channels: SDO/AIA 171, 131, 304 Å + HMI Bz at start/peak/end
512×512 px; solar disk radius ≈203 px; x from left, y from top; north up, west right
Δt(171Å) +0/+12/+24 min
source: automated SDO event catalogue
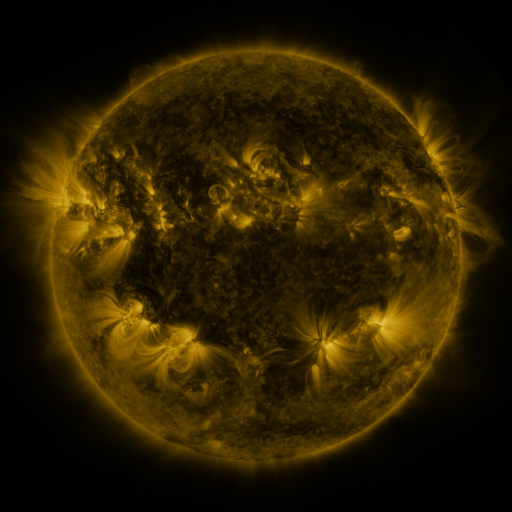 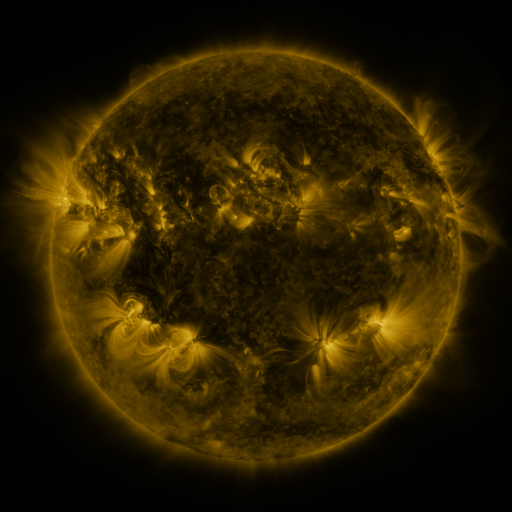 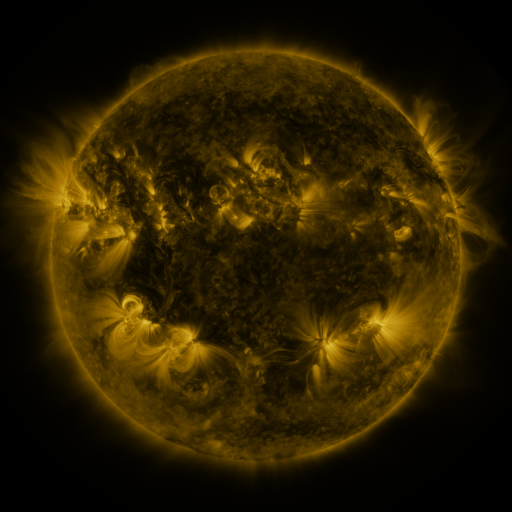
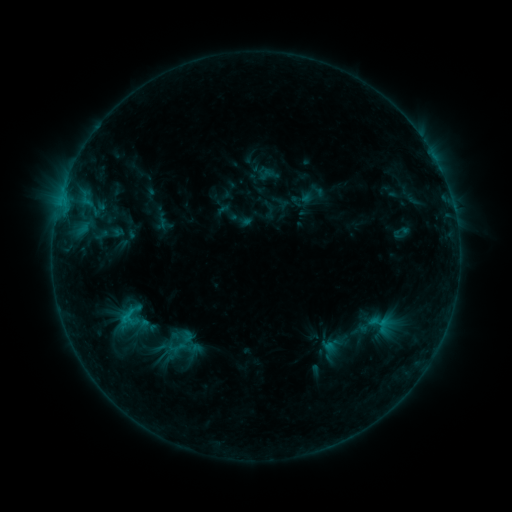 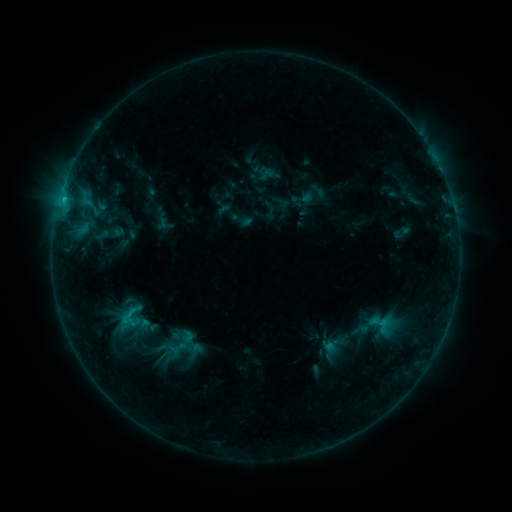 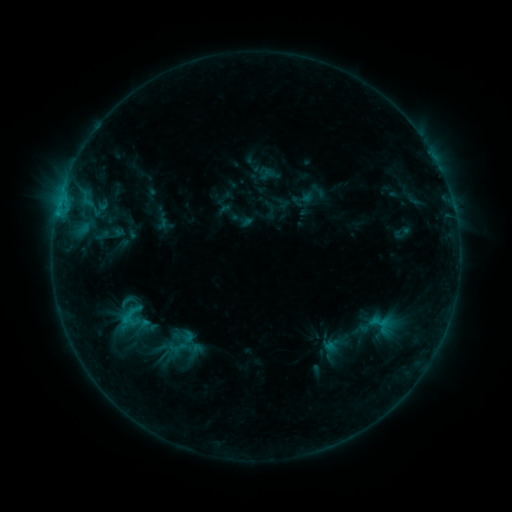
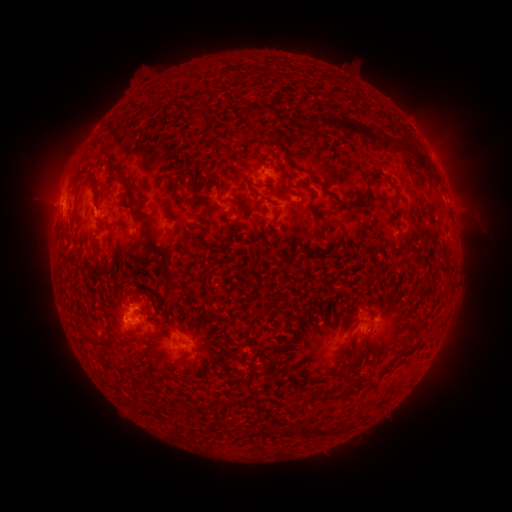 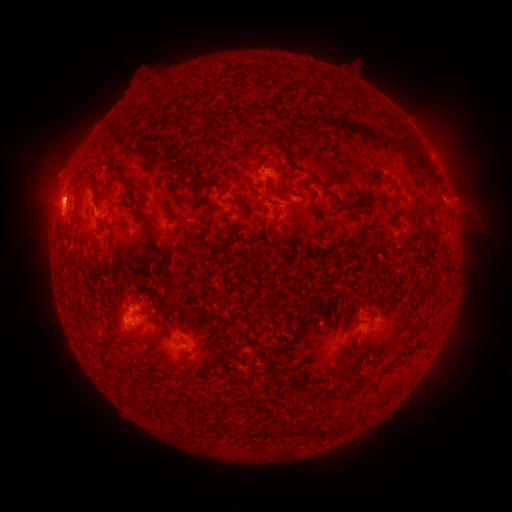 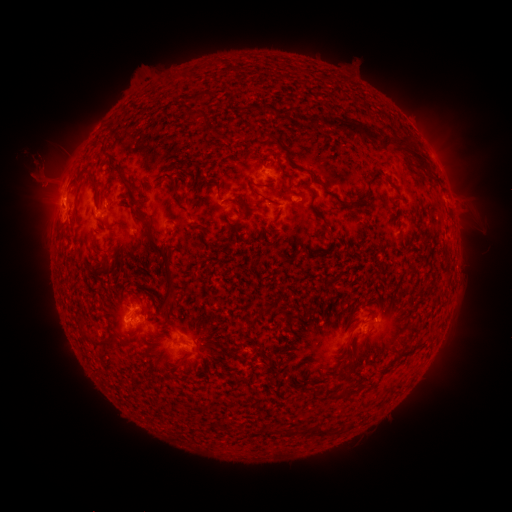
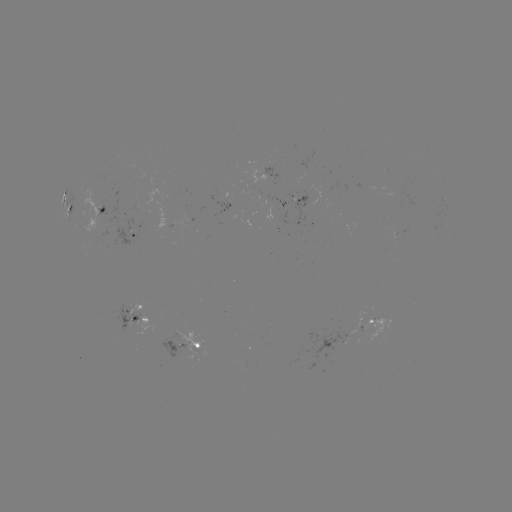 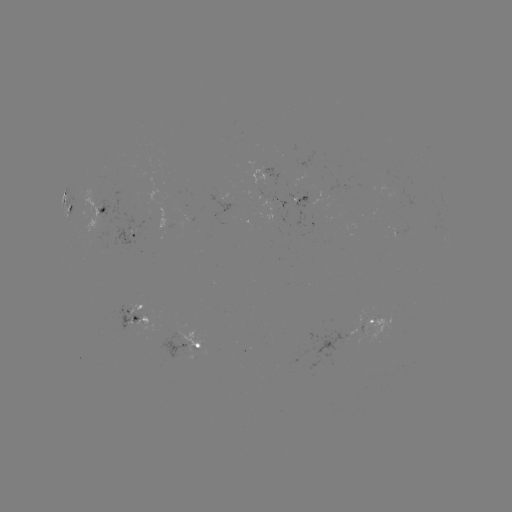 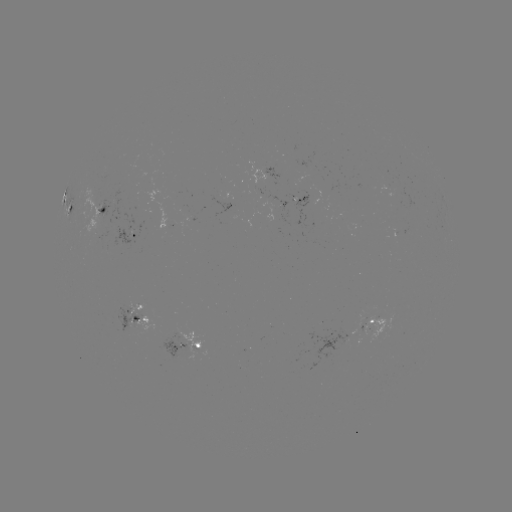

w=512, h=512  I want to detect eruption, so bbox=[0, 121, 91, 241].